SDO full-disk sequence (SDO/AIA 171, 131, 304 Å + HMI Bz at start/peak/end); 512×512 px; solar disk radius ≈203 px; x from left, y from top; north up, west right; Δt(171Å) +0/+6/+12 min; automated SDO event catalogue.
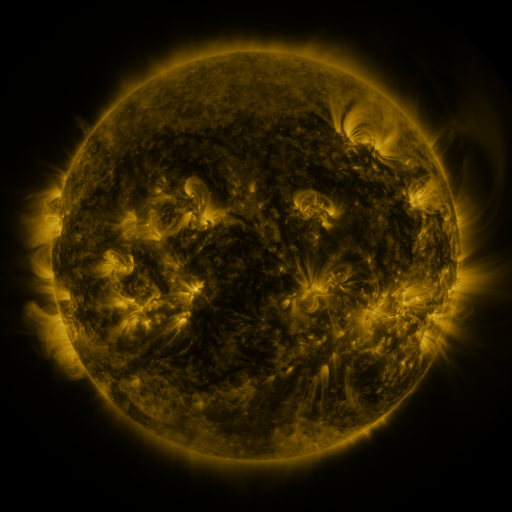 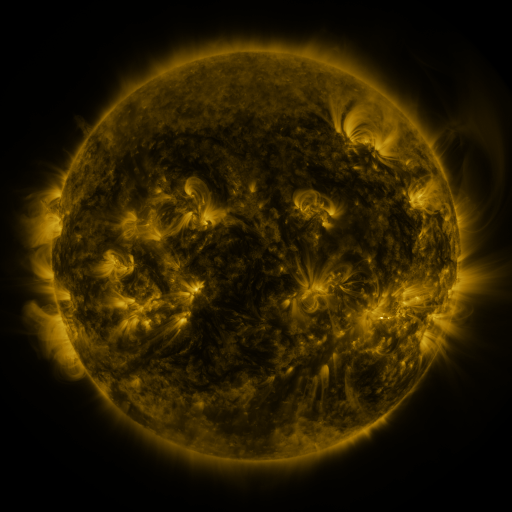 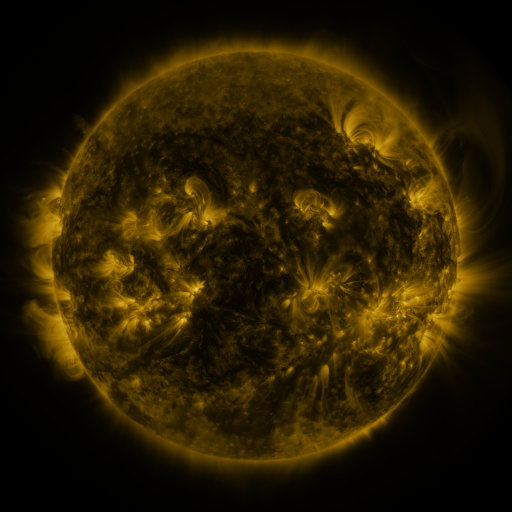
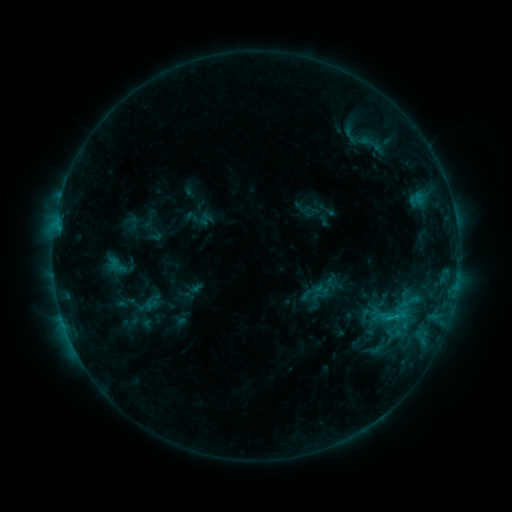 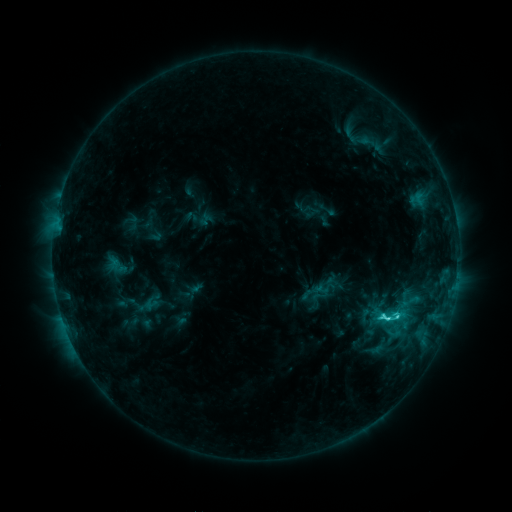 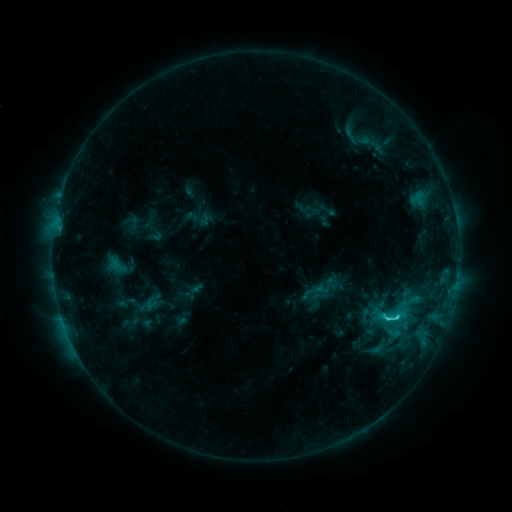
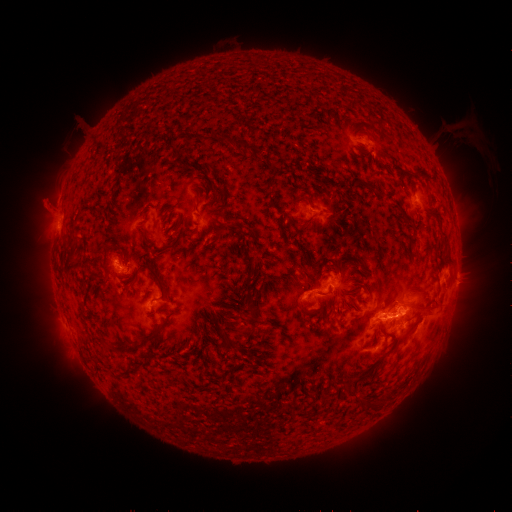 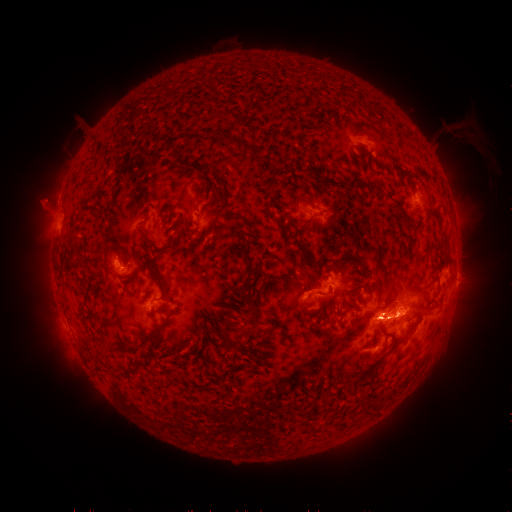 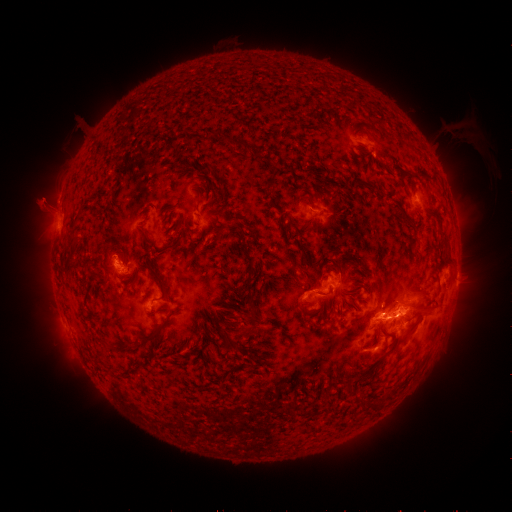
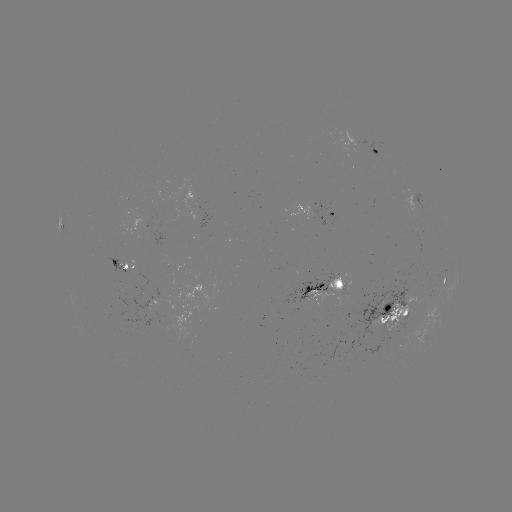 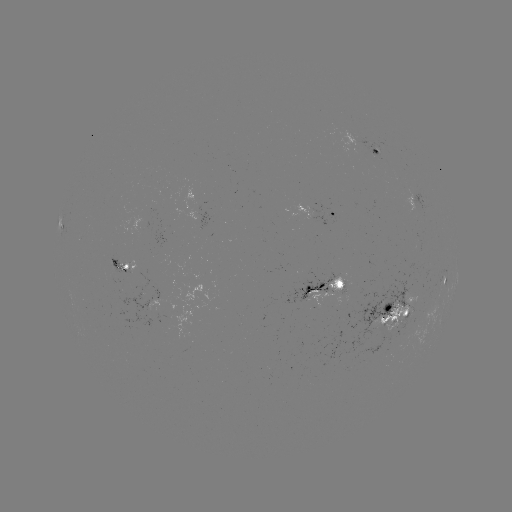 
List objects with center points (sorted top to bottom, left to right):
C4.2 flare: (387, 318)
